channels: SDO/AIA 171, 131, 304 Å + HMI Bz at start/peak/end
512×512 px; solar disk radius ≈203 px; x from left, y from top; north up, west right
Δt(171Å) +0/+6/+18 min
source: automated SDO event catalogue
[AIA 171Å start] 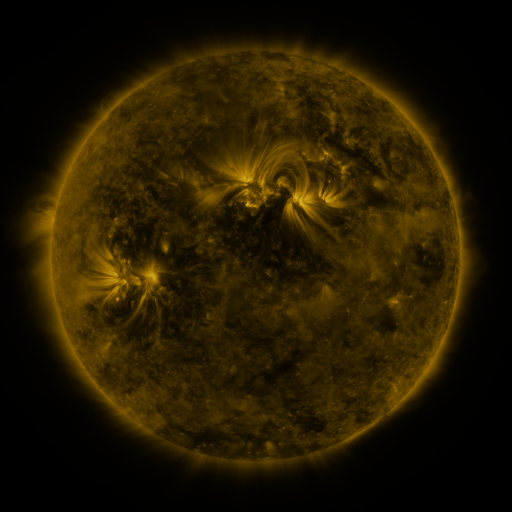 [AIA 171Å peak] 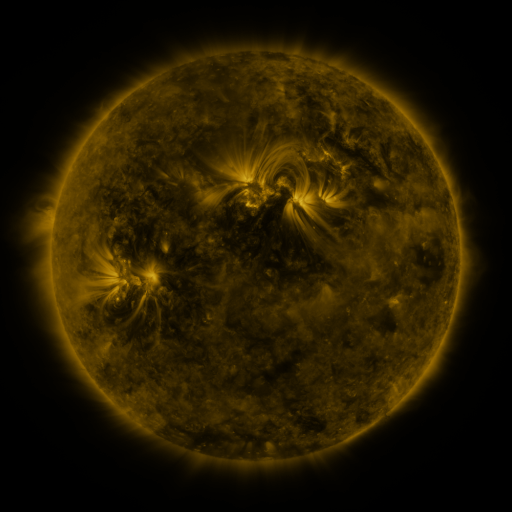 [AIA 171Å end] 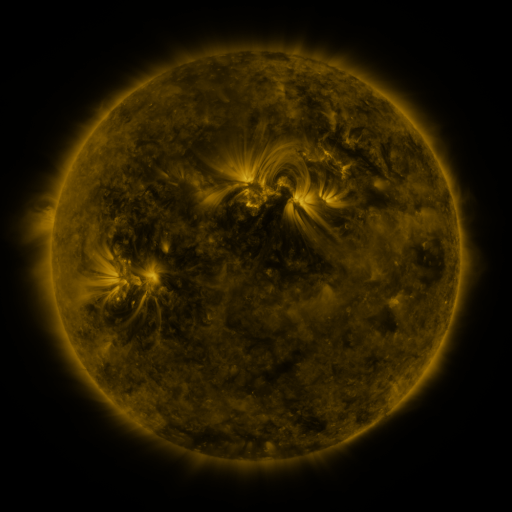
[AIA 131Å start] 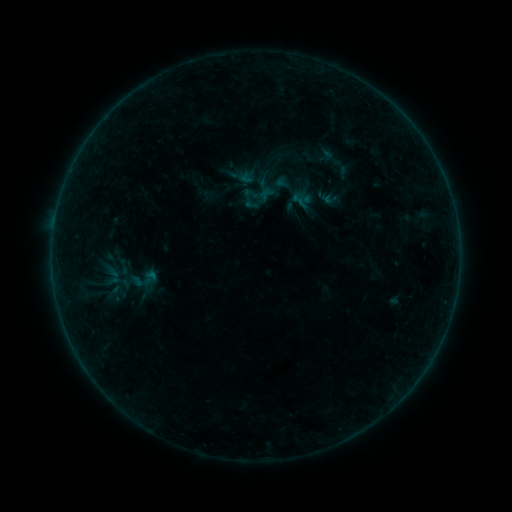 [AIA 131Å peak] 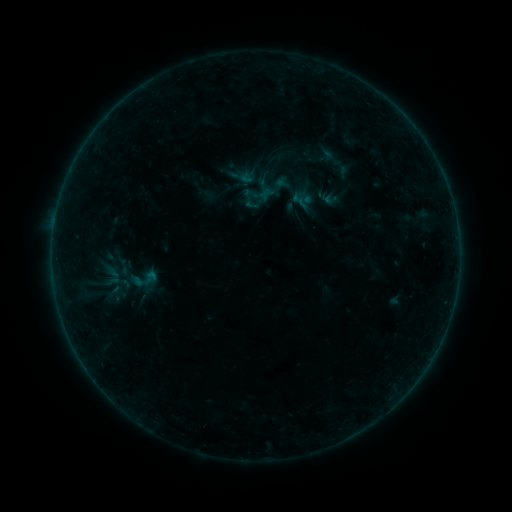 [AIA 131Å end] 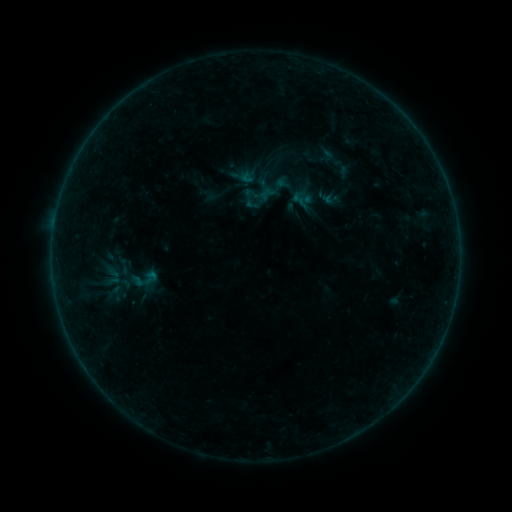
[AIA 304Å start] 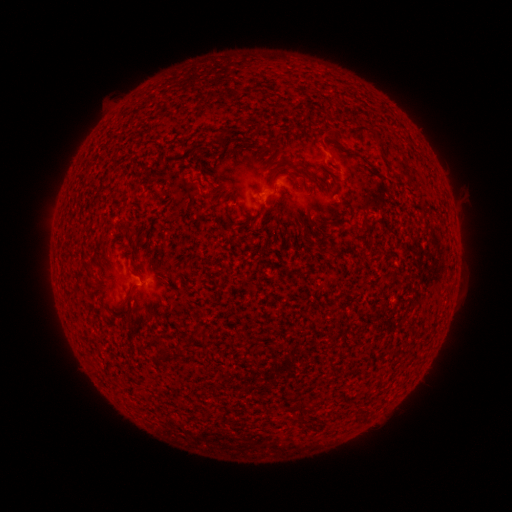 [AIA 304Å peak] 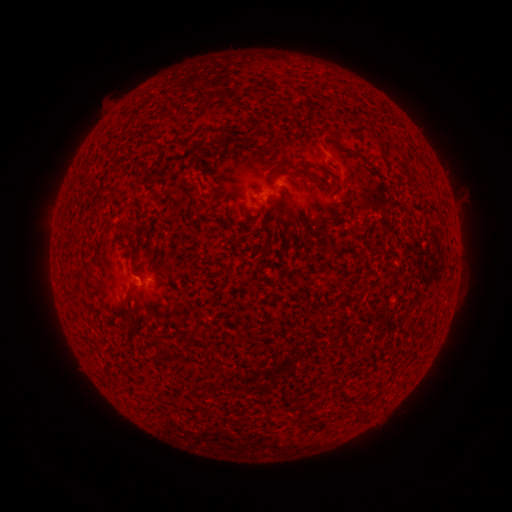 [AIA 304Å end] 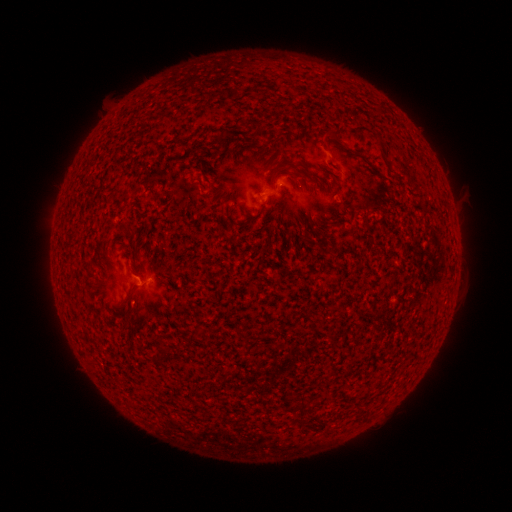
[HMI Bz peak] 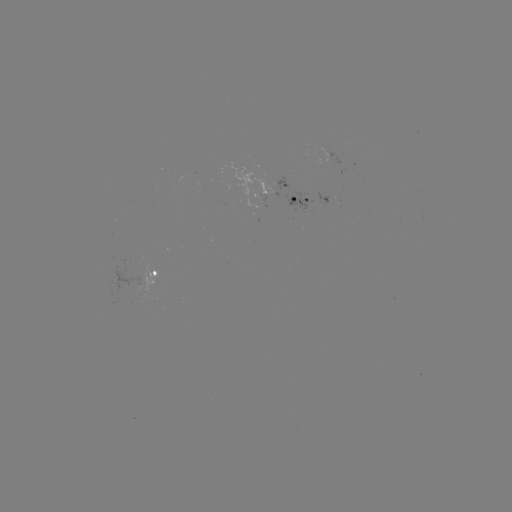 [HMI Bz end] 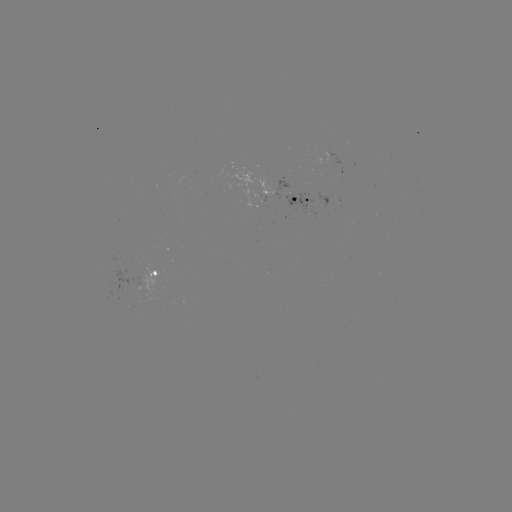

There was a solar flare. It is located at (141, 281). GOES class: B1.2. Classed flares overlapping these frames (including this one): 1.